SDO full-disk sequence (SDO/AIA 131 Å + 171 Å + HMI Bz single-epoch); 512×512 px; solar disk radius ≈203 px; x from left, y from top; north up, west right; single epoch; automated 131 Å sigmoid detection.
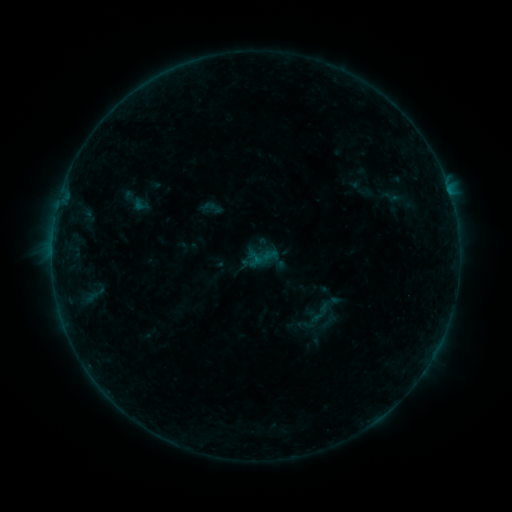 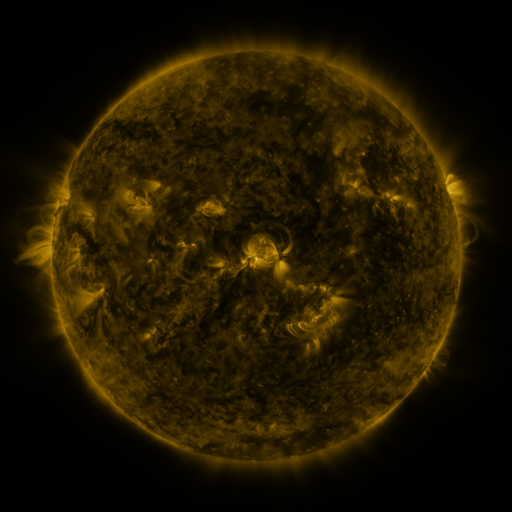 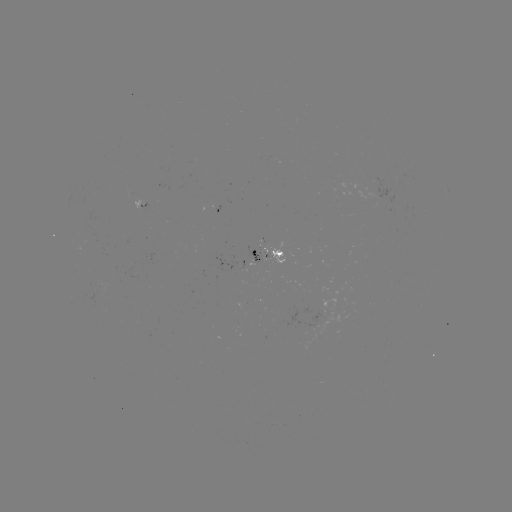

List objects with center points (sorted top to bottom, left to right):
sigmoid: (141, 205)
sigmoid: (320, 313)
sigmoid: (305, 325)
